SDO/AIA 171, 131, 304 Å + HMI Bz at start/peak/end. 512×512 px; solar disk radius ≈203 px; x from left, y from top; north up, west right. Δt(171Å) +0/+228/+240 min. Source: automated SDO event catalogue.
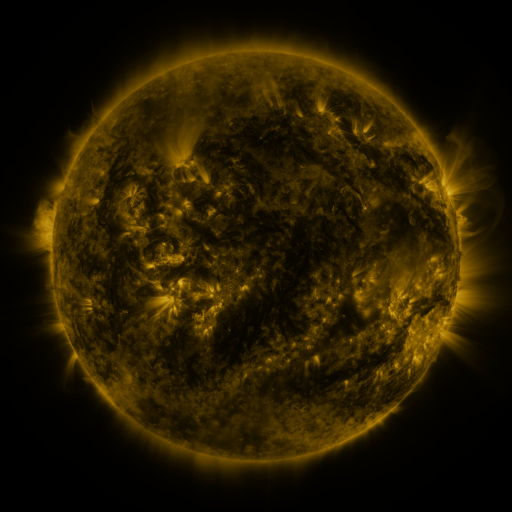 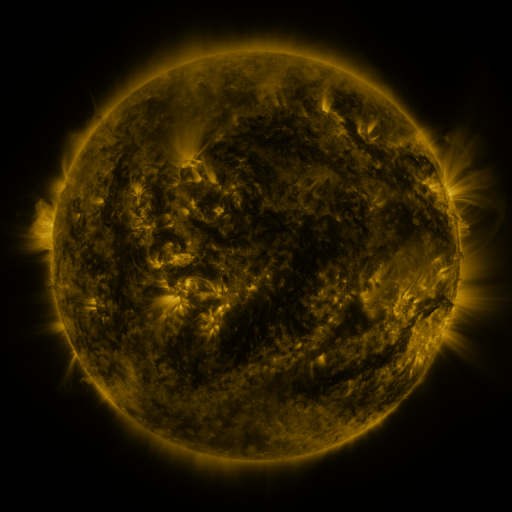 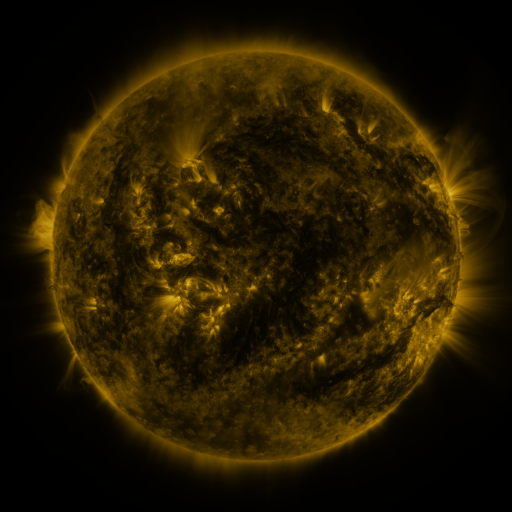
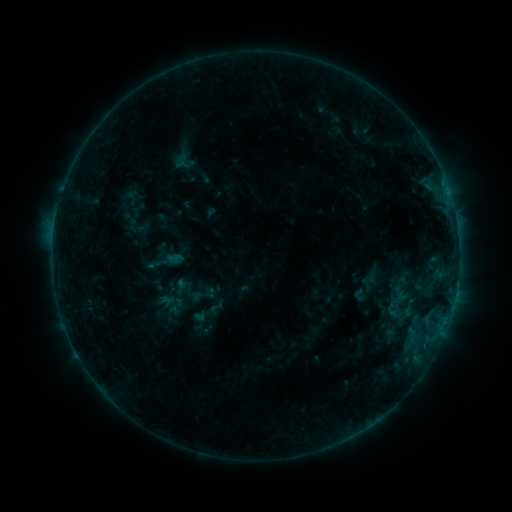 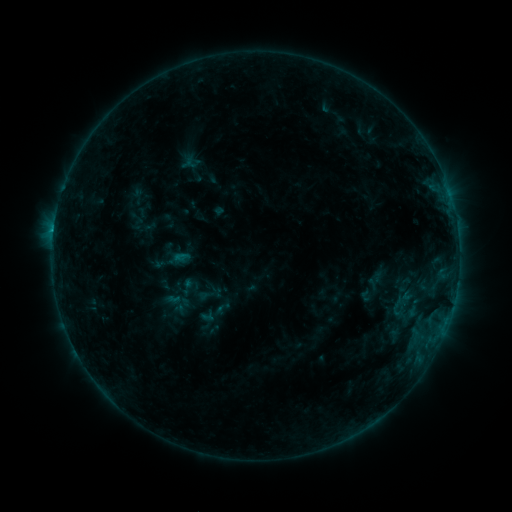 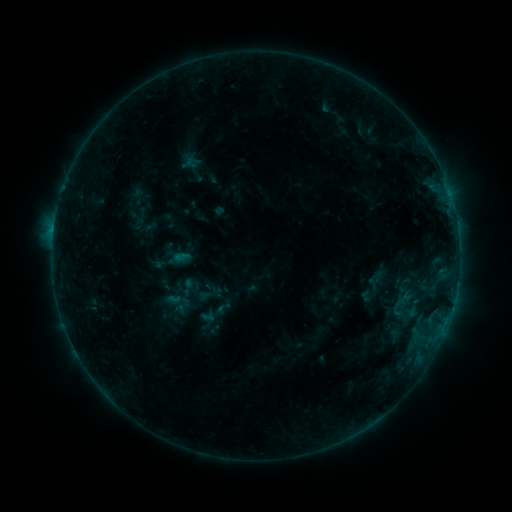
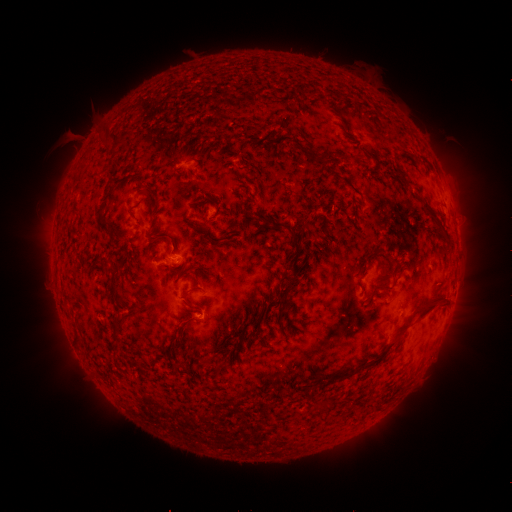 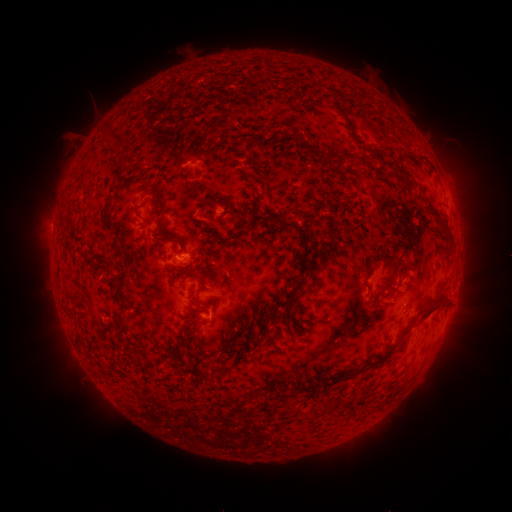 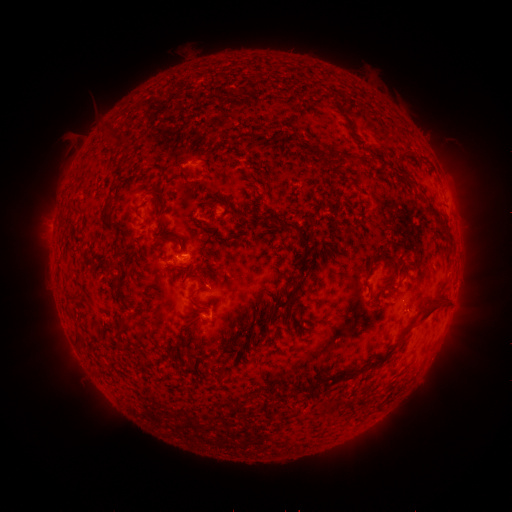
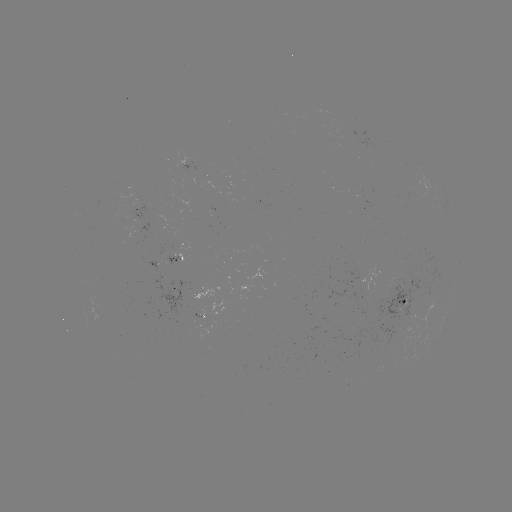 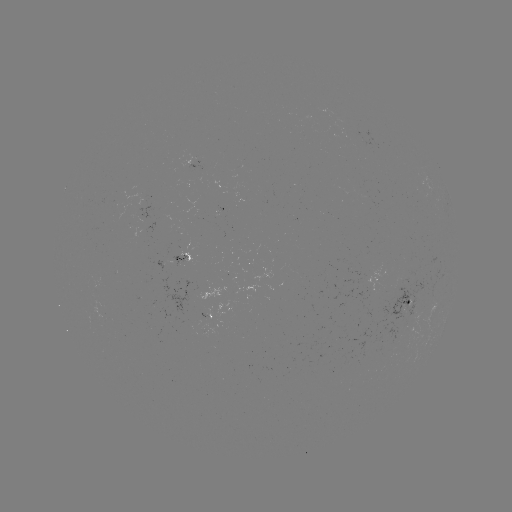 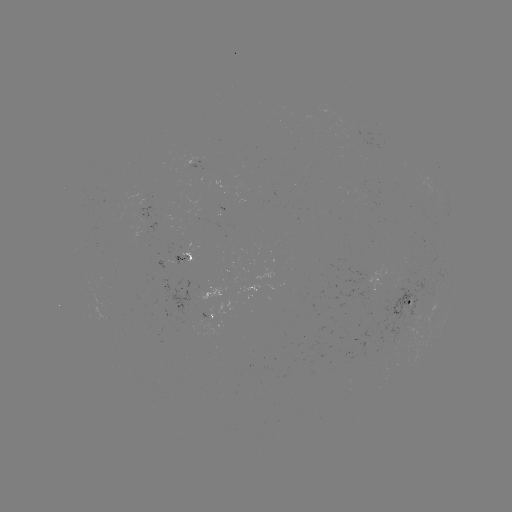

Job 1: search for emerging-flux region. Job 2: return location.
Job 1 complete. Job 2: [403, 306].